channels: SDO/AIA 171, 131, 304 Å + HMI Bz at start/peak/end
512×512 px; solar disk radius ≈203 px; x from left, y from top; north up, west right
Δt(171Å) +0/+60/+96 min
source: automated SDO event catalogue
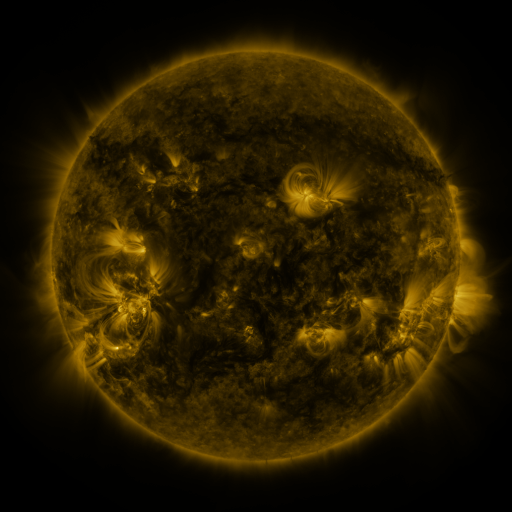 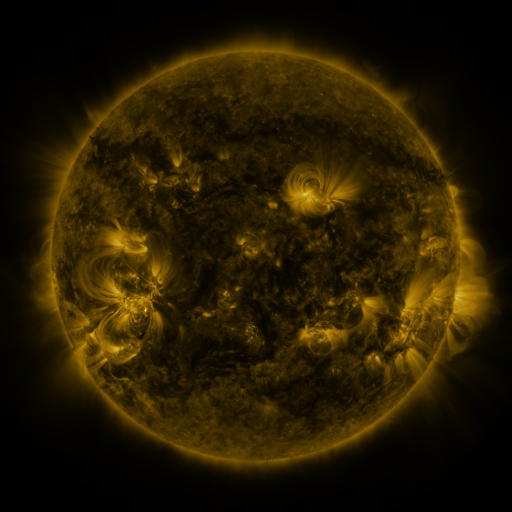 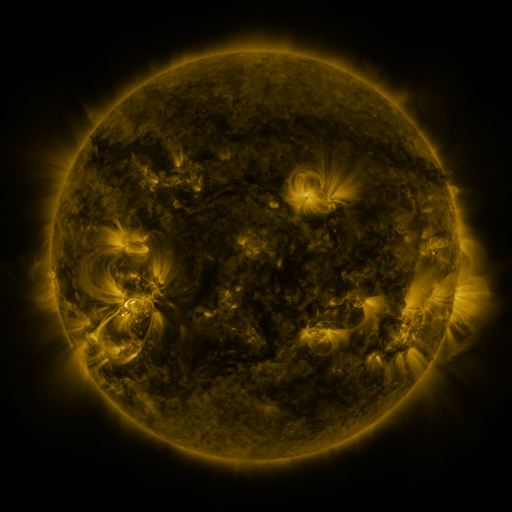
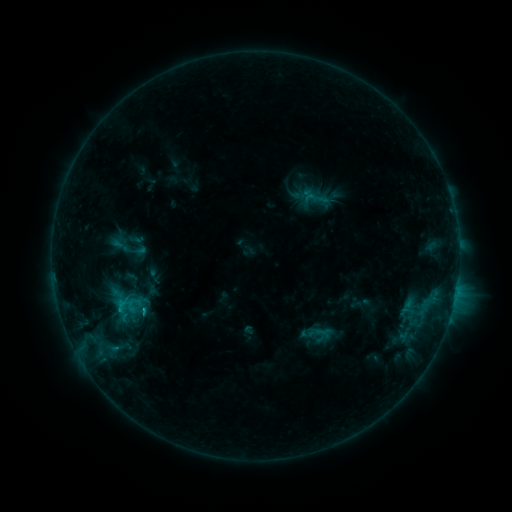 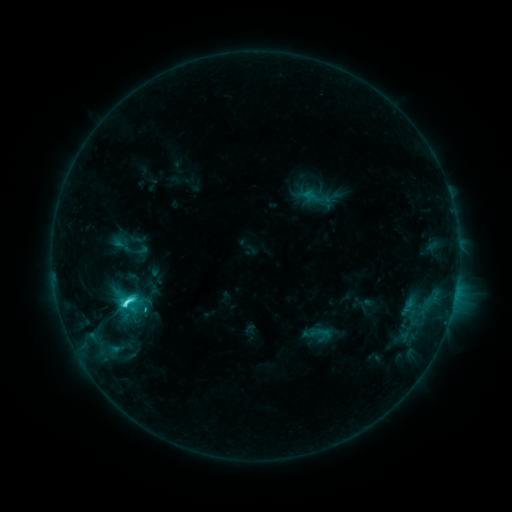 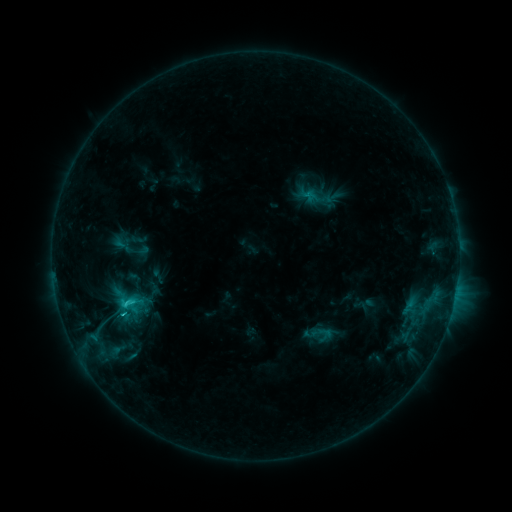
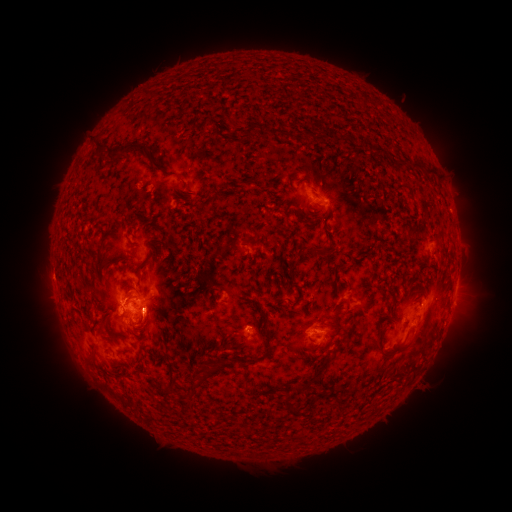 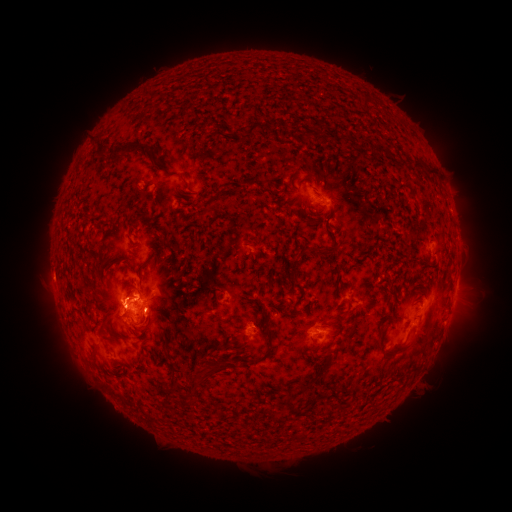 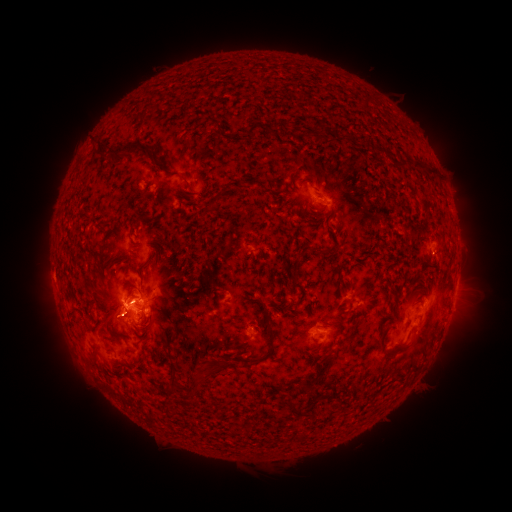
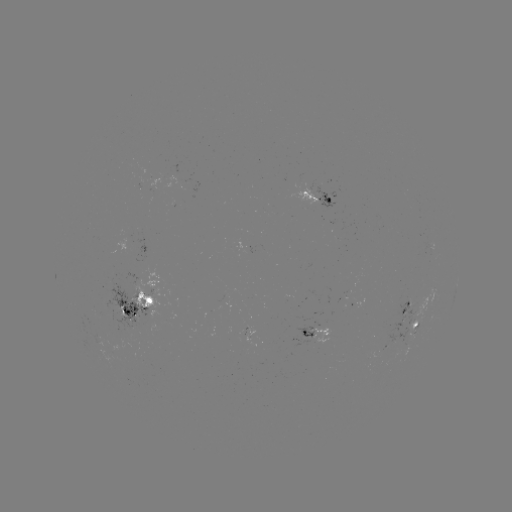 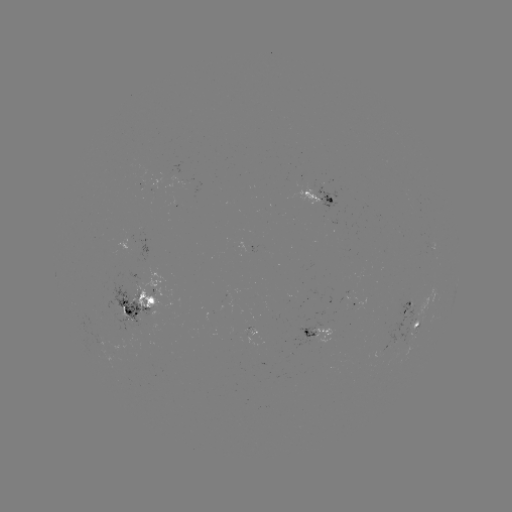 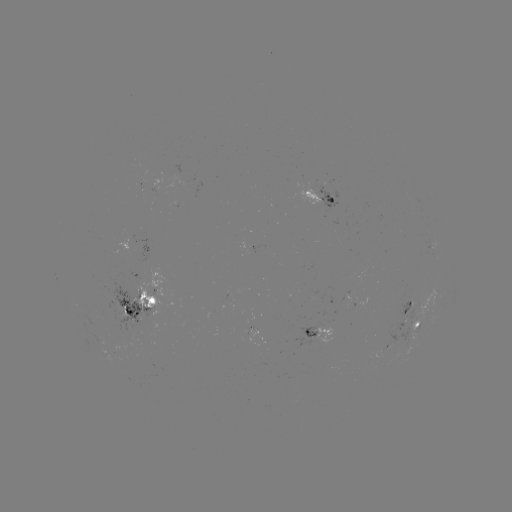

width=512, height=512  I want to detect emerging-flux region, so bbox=[313, 185, 340, 211].